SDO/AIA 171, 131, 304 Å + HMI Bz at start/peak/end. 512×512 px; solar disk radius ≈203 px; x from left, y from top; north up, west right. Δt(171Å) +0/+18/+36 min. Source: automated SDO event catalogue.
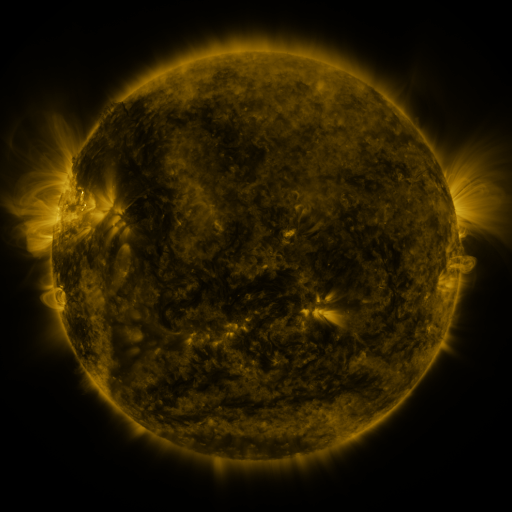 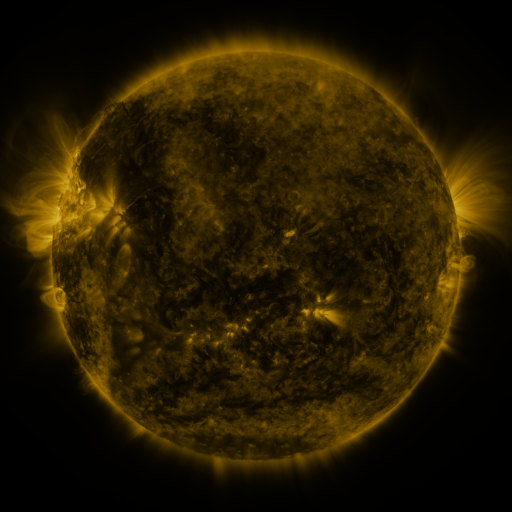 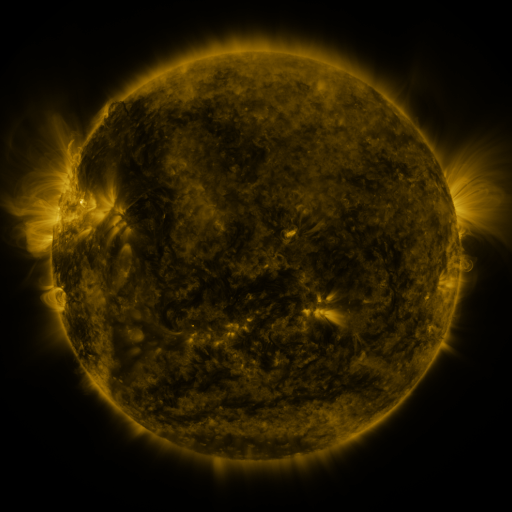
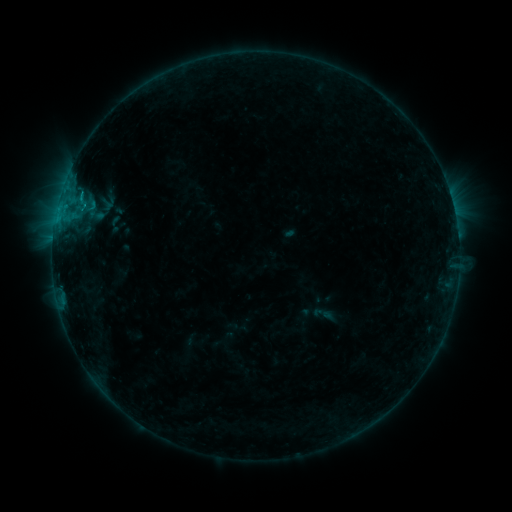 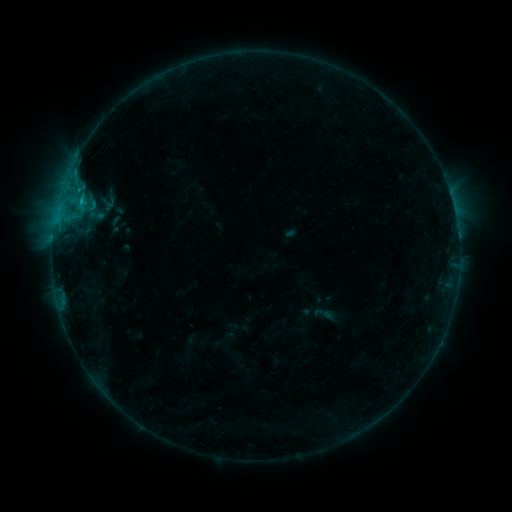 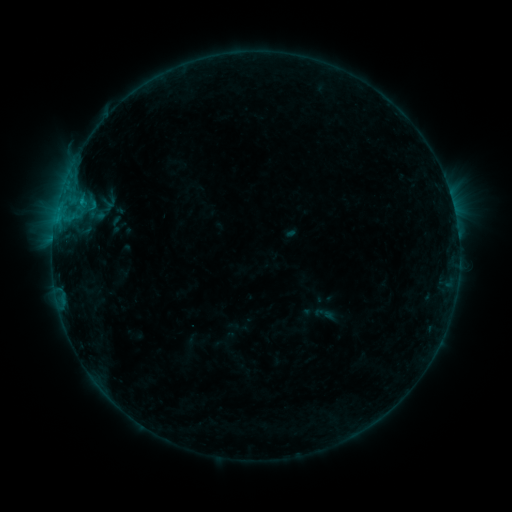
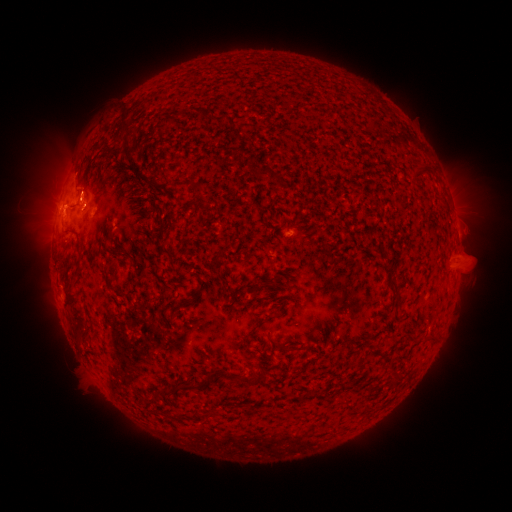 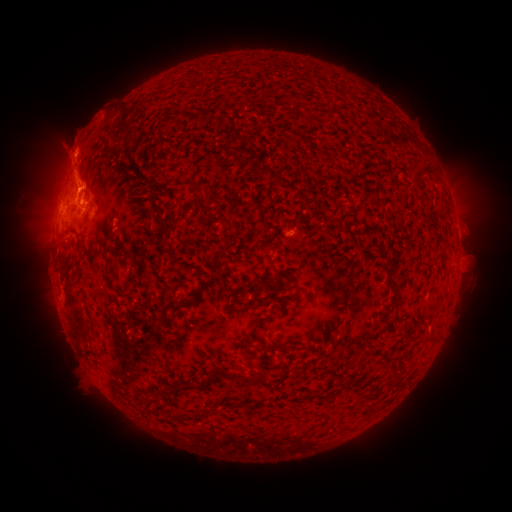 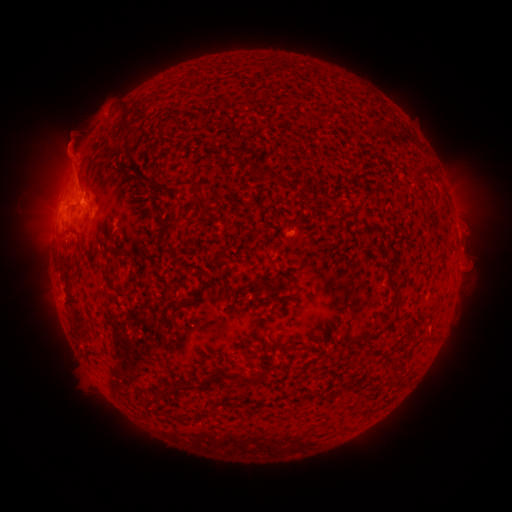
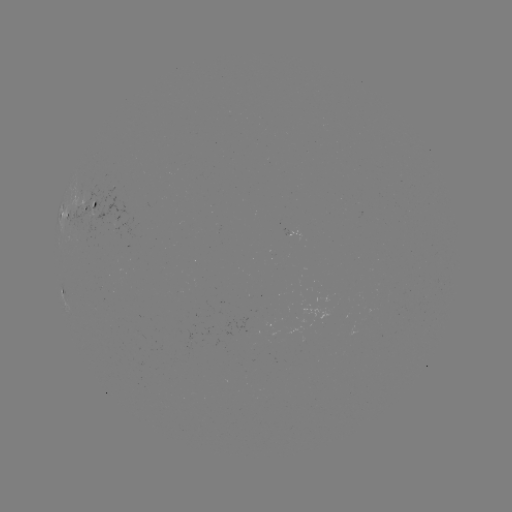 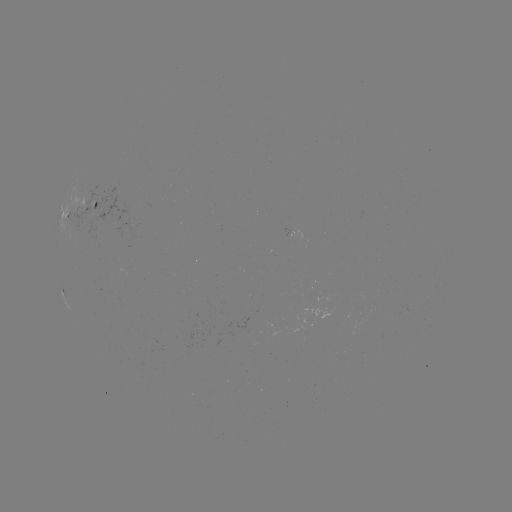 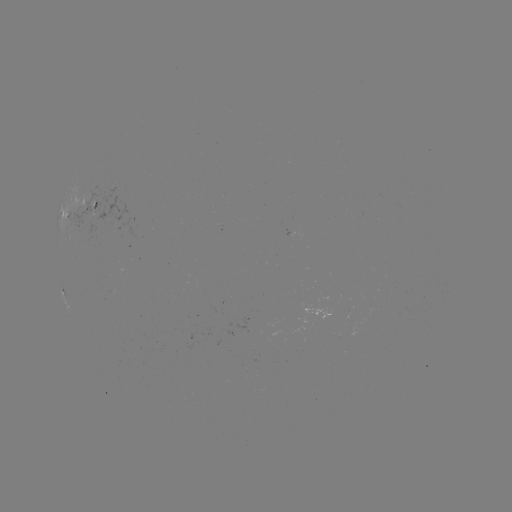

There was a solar eruption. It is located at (79, 157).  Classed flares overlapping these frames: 1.